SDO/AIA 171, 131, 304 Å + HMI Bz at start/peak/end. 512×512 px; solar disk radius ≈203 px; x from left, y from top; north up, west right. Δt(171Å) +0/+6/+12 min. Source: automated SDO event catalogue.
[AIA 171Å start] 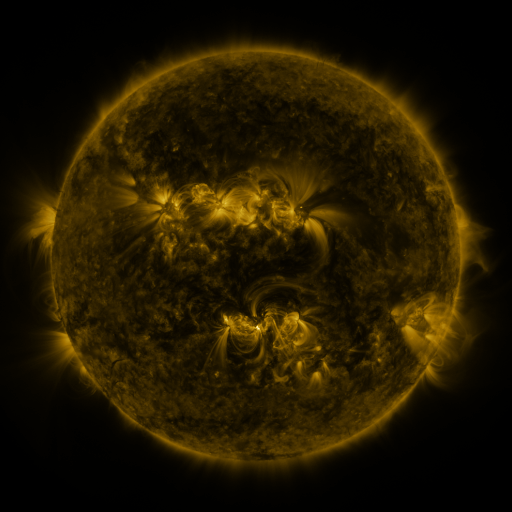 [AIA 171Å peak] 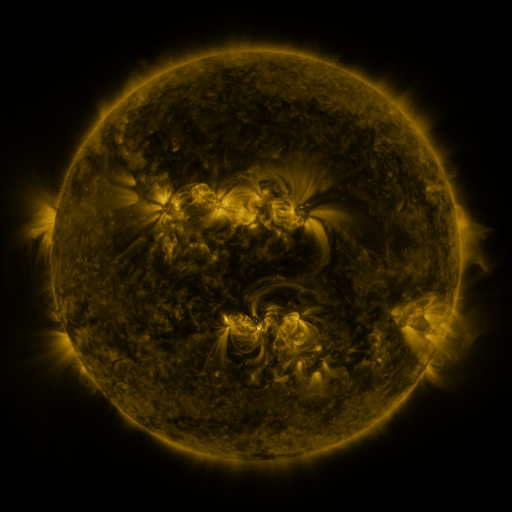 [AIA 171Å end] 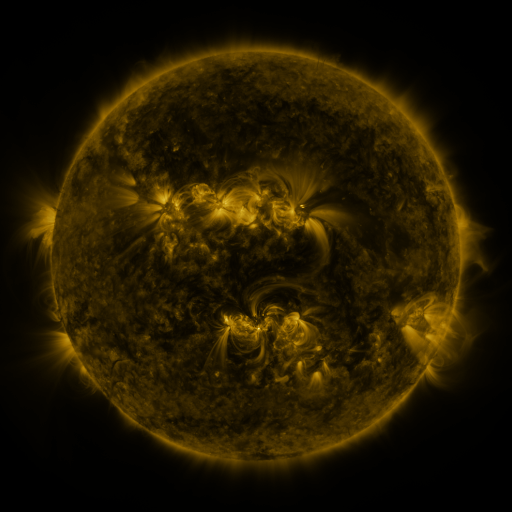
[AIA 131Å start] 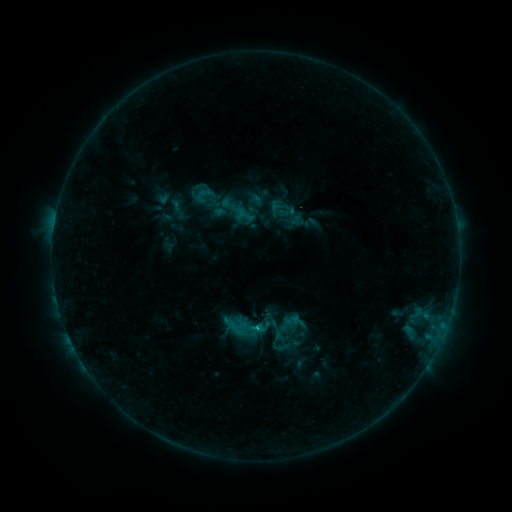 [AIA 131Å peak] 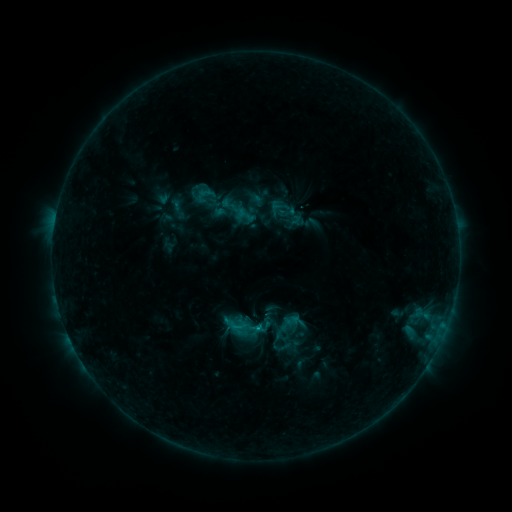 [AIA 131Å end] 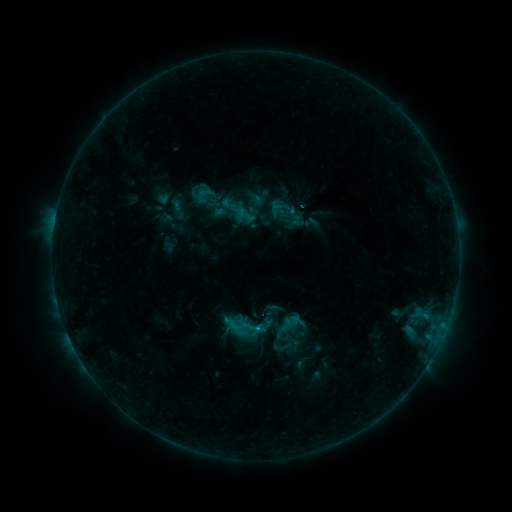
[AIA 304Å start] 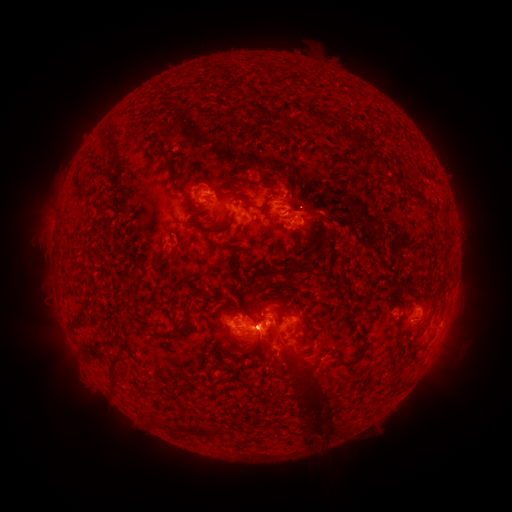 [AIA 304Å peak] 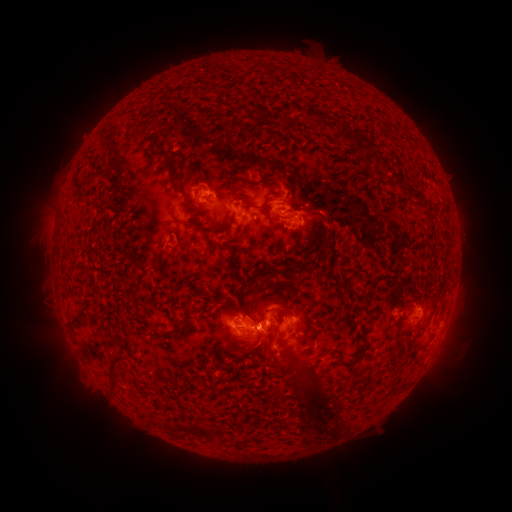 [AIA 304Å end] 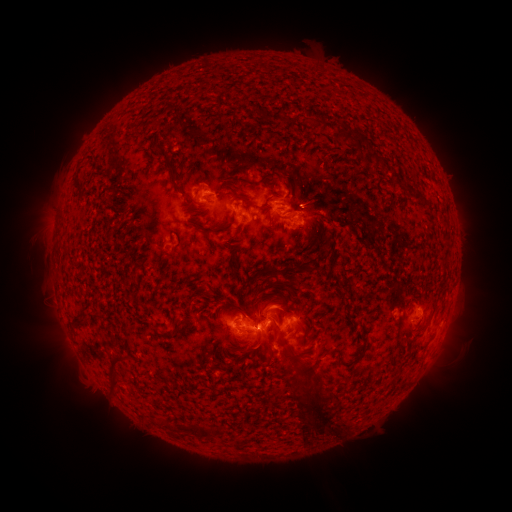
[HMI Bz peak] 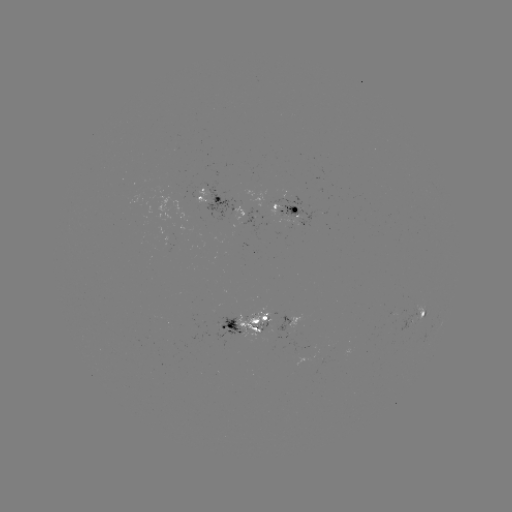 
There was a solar flare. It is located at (266, 312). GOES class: C1.9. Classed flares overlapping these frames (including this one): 2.